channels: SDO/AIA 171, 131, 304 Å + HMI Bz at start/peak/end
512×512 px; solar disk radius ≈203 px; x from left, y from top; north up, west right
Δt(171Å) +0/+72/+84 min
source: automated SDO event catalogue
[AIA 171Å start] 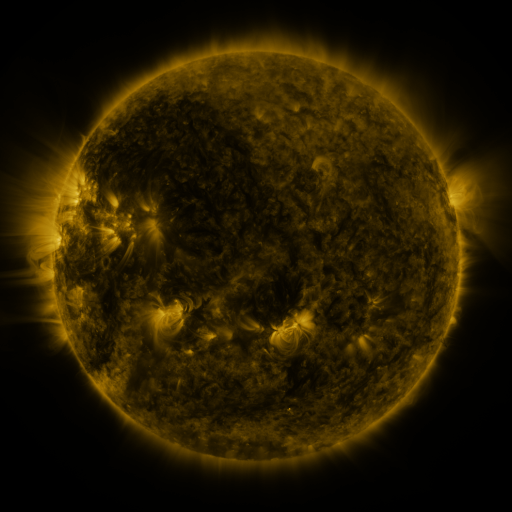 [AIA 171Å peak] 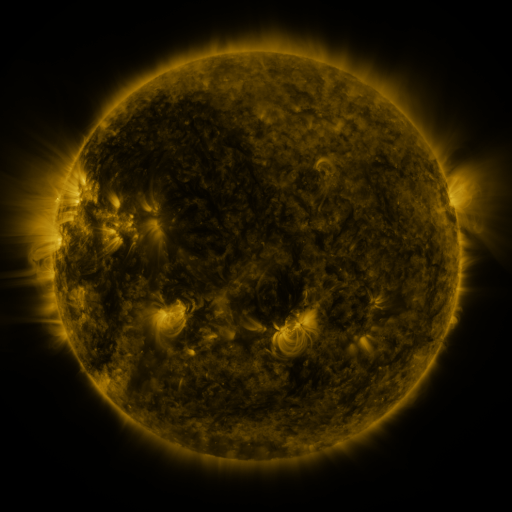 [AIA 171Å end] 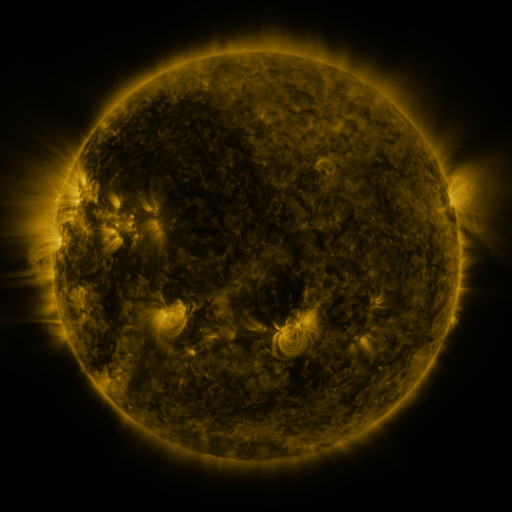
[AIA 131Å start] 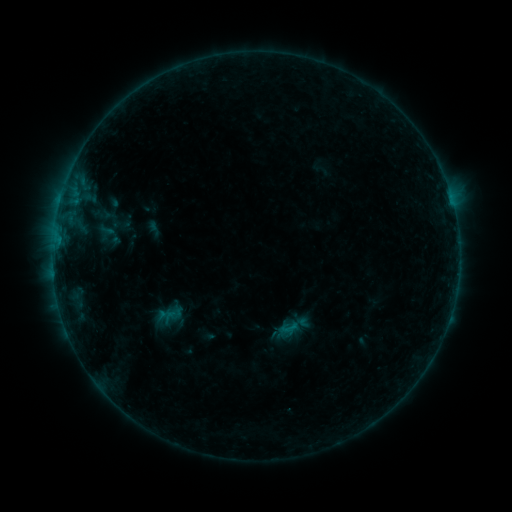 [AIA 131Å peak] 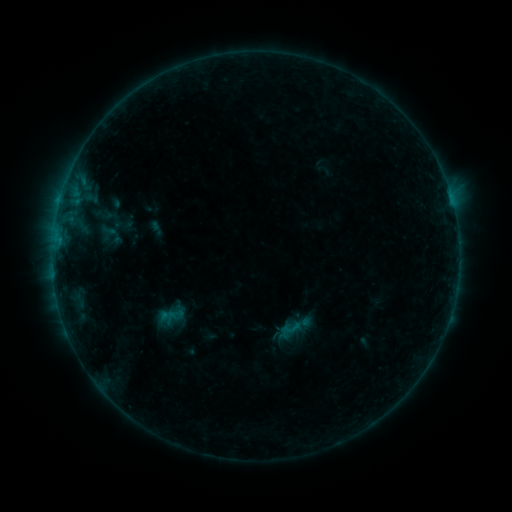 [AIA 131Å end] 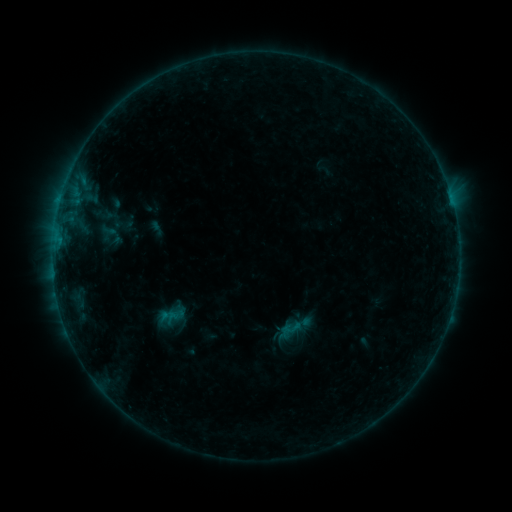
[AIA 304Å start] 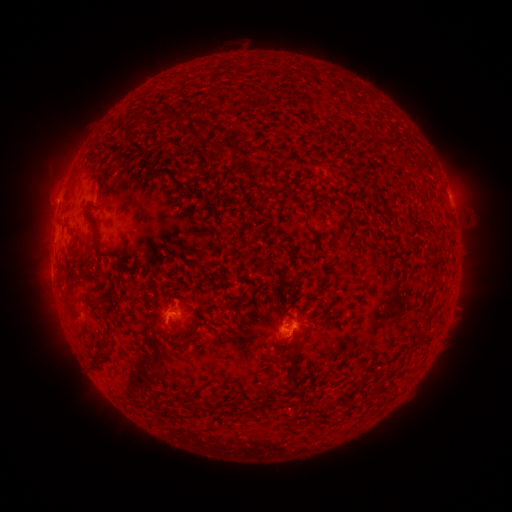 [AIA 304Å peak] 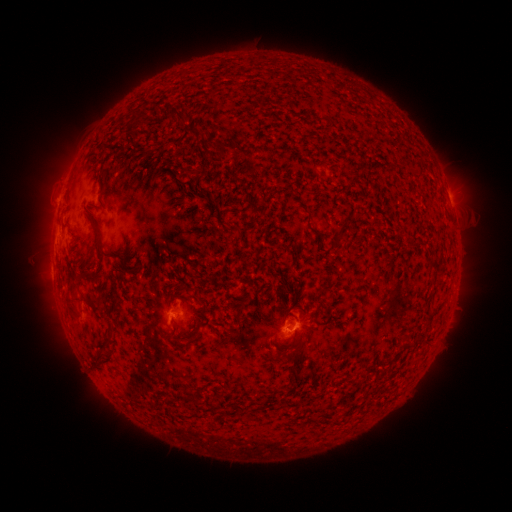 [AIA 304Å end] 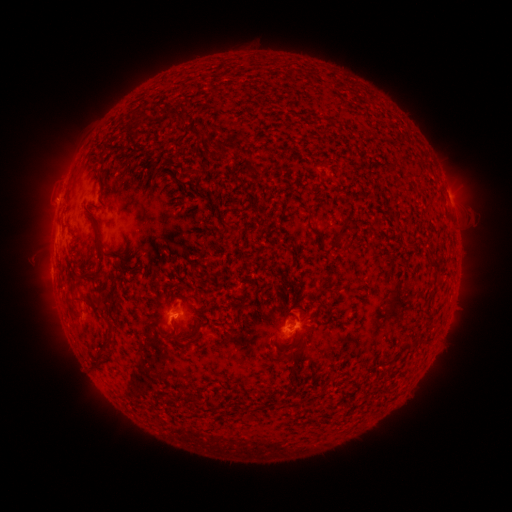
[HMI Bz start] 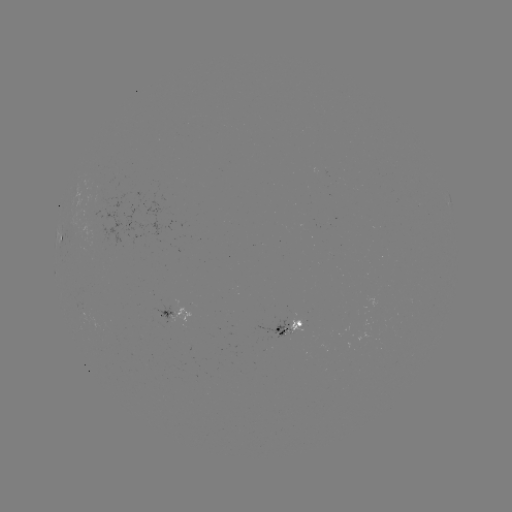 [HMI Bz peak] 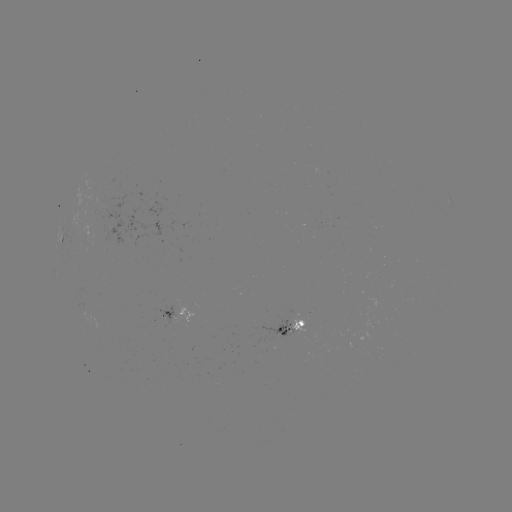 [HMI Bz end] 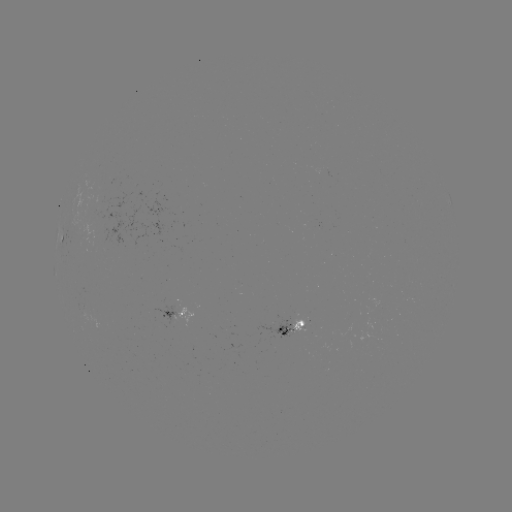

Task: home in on emerging-flux region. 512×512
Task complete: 96,204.